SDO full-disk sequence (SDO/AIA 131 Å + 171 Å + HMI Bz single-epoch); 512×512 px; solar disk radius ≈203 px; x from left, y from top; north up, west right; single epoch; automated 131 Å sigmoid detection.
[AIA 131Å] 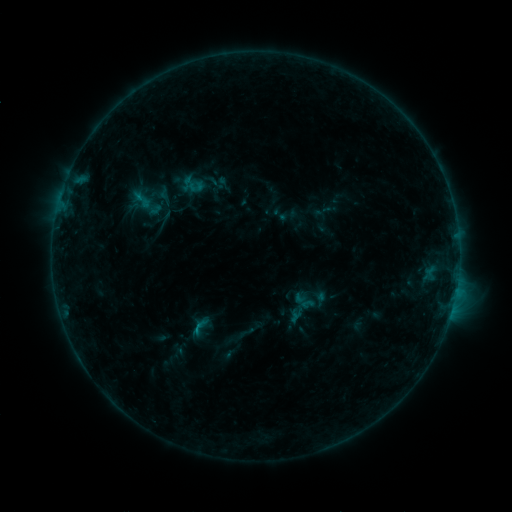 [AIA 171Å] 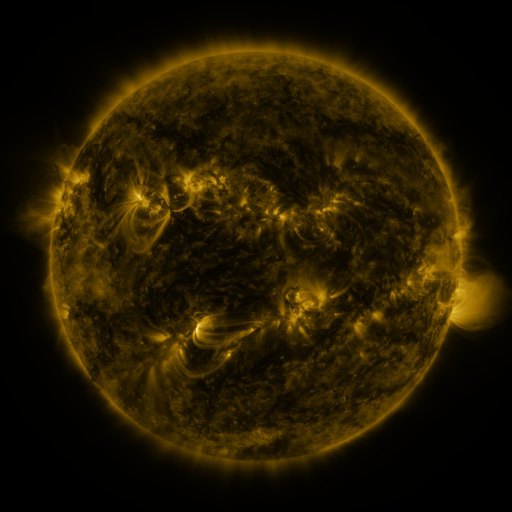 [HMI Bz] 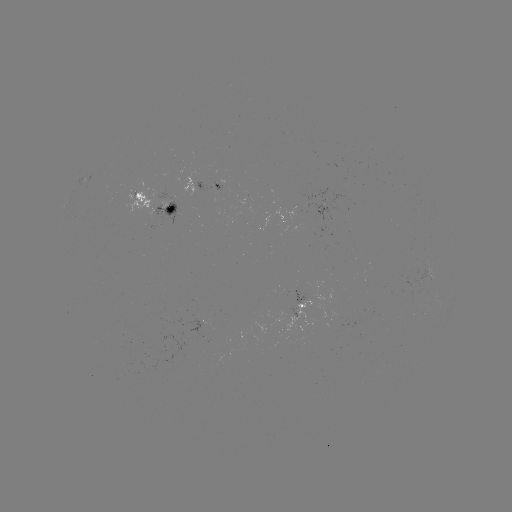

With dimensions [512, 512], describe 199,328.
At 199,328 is sigmoid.